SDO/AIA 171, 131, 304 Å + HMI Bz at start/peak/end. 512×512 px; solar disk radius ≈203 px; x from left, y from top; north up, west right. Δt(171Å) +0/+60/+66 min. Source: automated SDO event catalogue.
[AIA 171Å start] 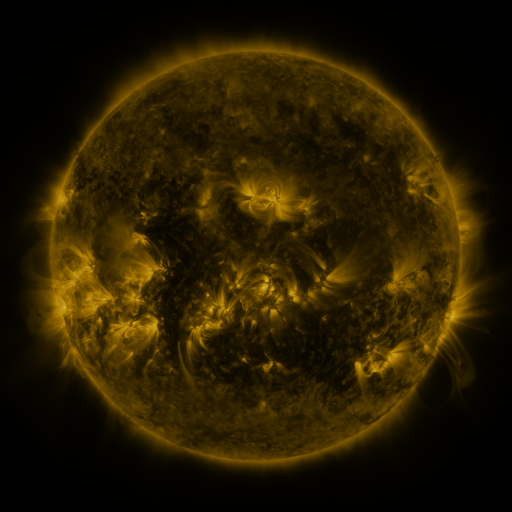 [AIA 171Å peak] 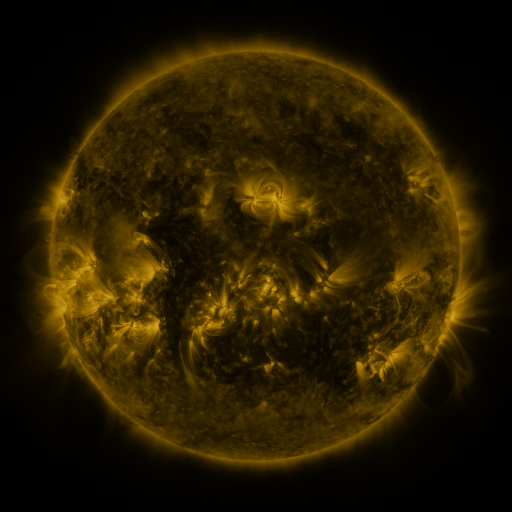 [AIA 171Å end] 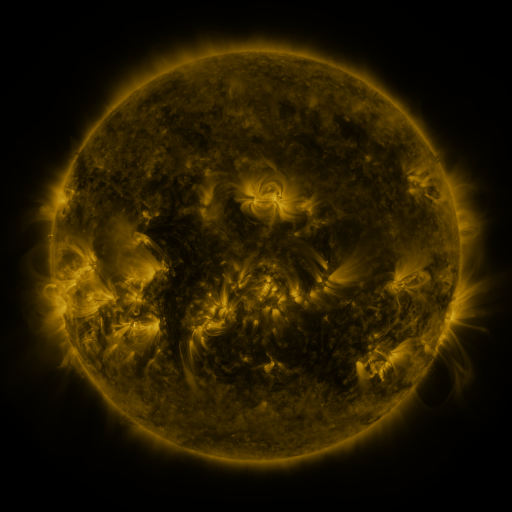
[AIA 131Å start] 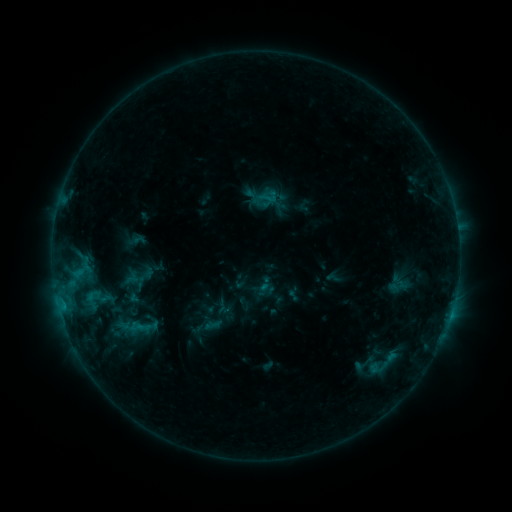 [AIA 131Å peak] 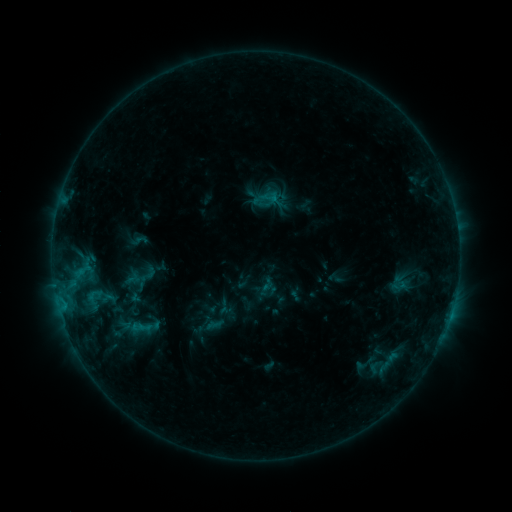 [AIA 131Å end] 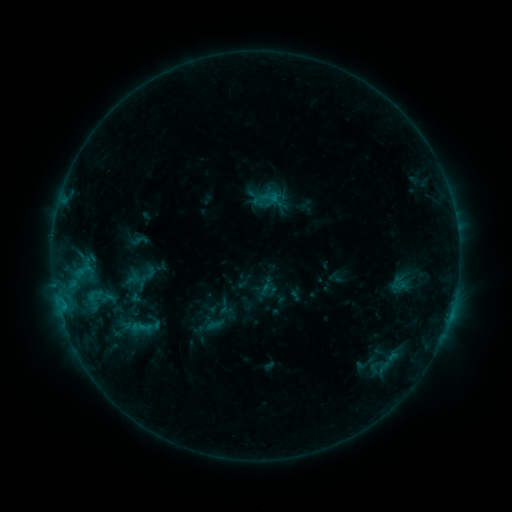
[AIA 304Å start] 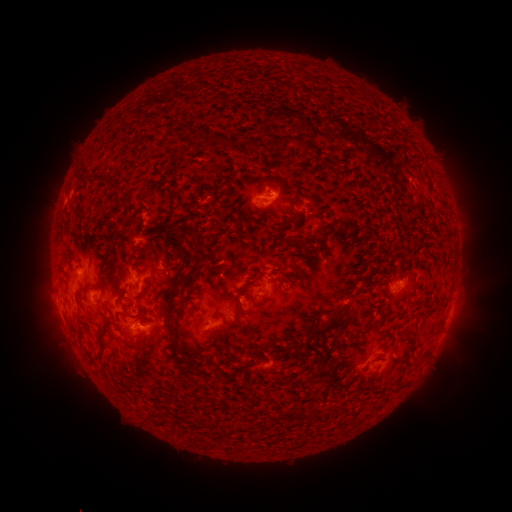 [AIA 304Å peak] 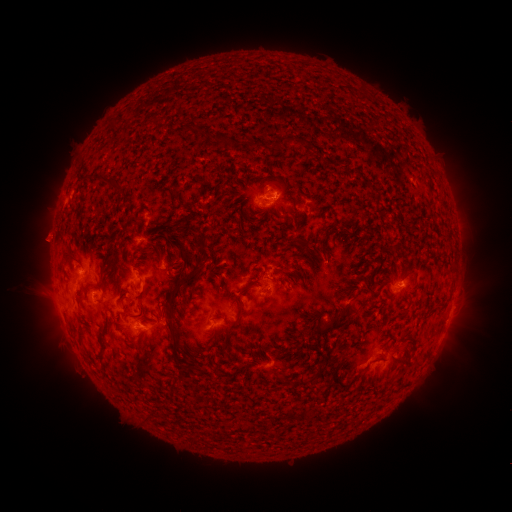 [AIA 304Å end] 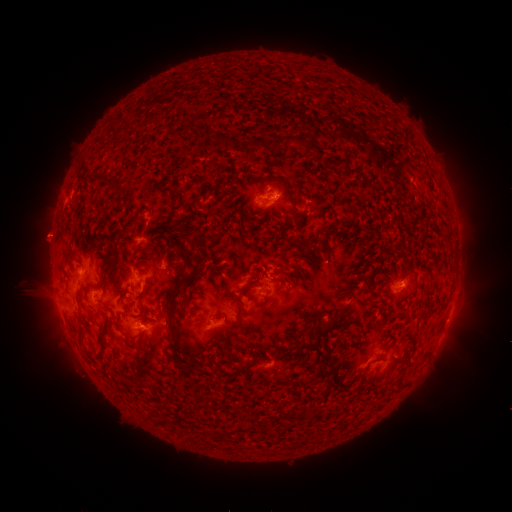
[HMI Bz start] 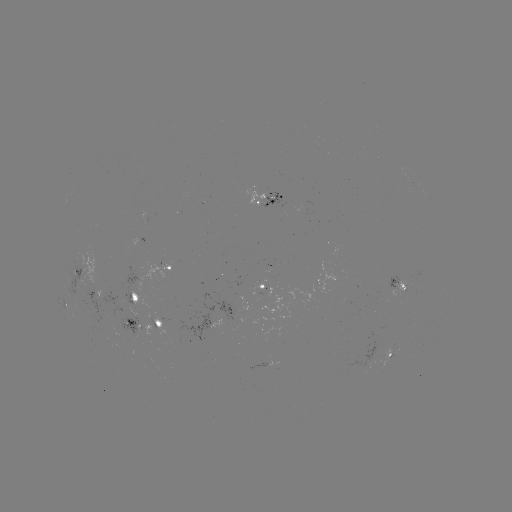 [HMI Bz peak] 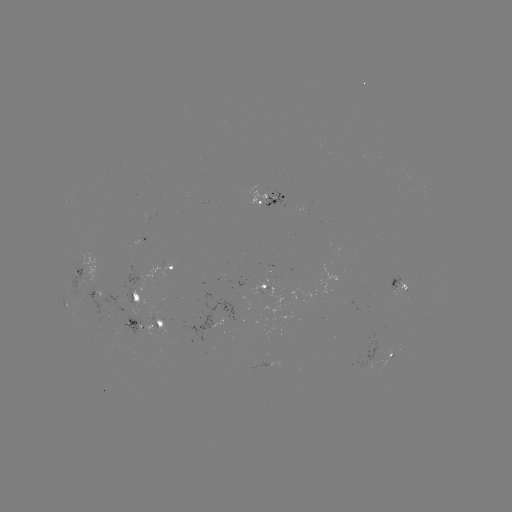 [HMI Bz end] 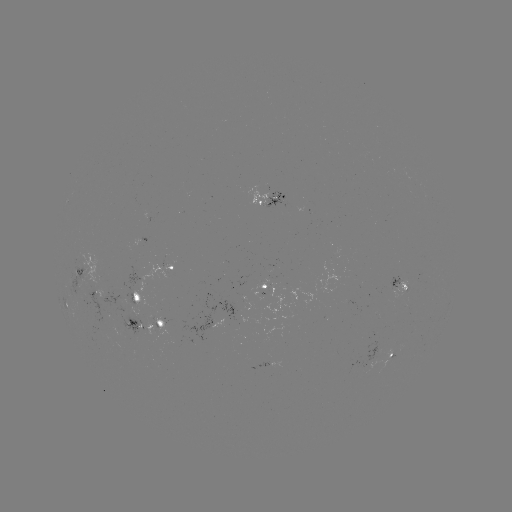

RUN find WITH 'emerging-flux region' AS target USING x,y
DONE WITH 372,363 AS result